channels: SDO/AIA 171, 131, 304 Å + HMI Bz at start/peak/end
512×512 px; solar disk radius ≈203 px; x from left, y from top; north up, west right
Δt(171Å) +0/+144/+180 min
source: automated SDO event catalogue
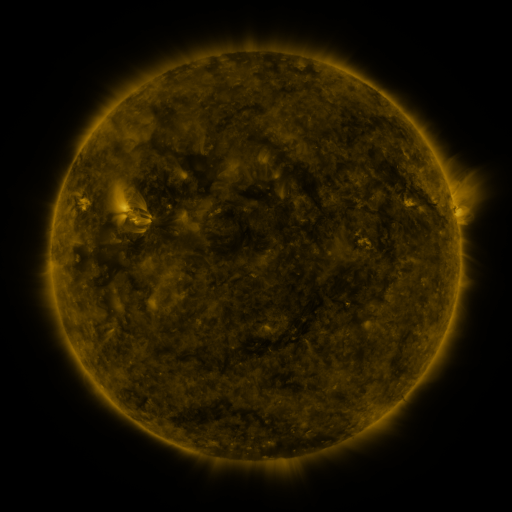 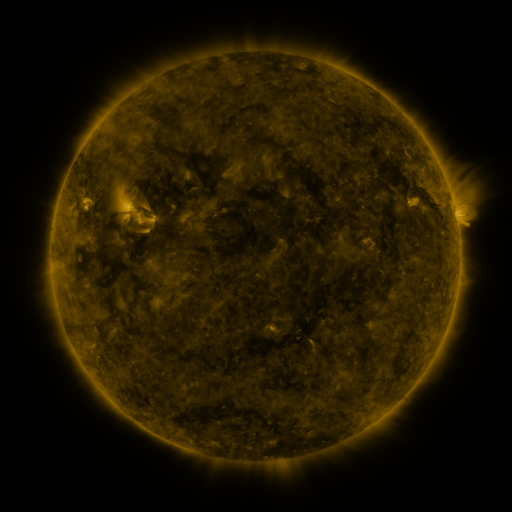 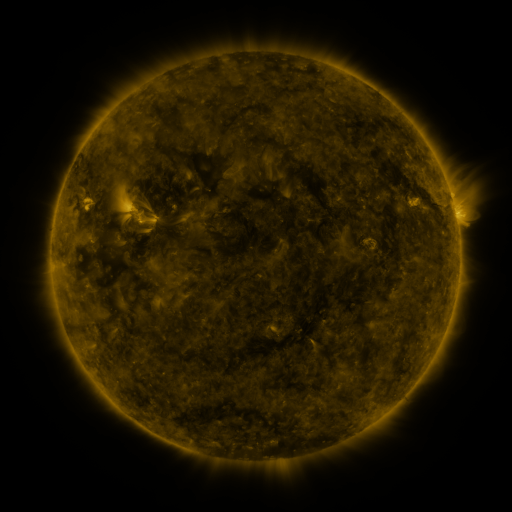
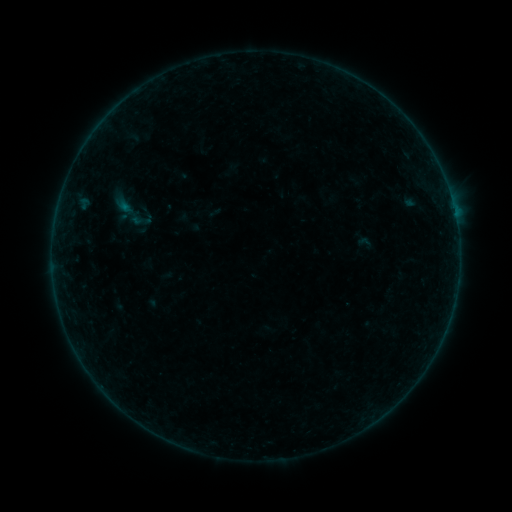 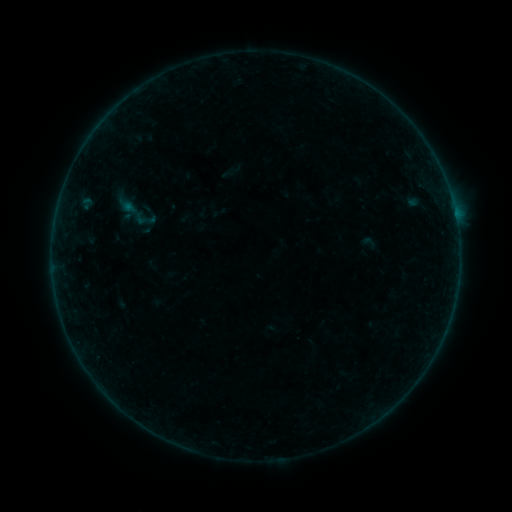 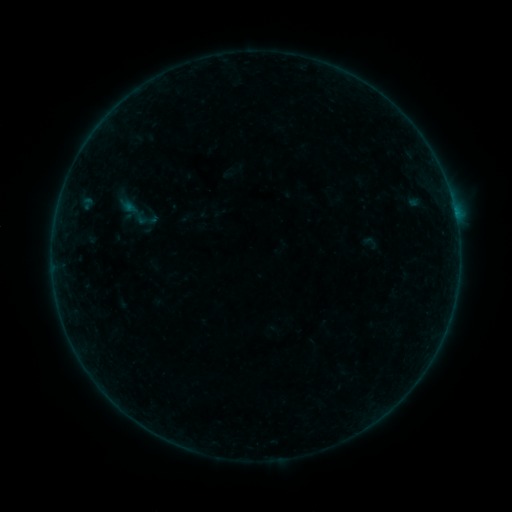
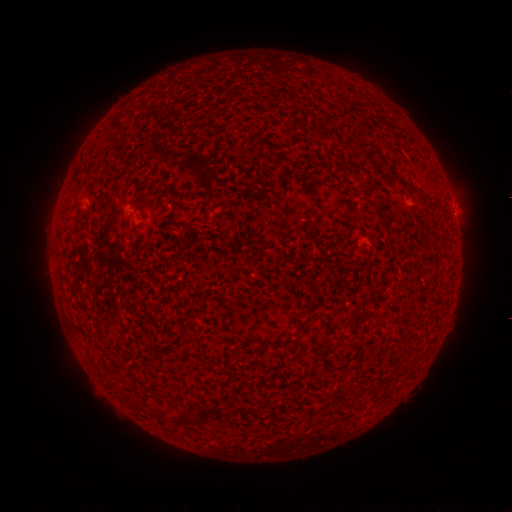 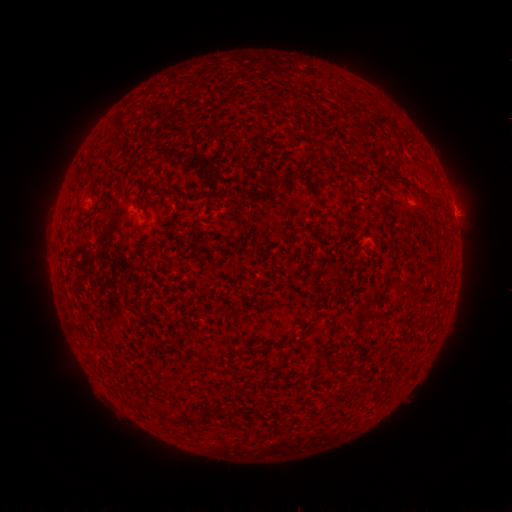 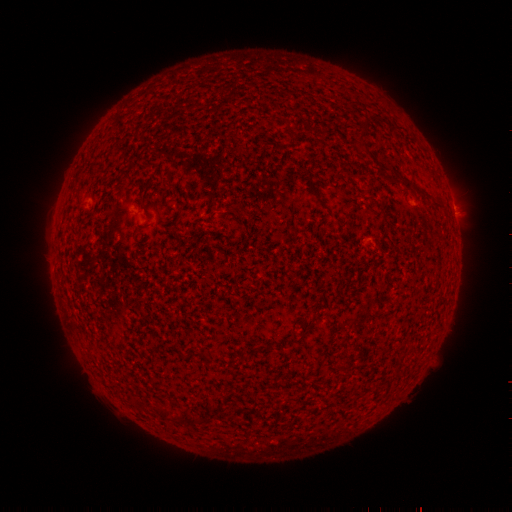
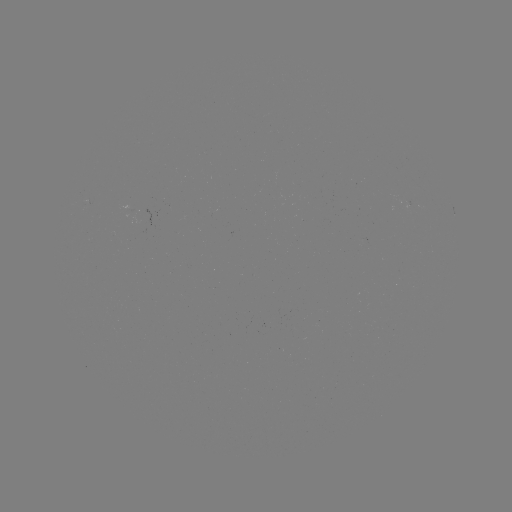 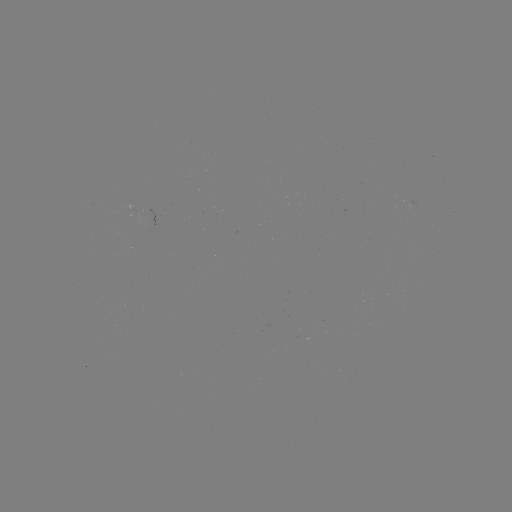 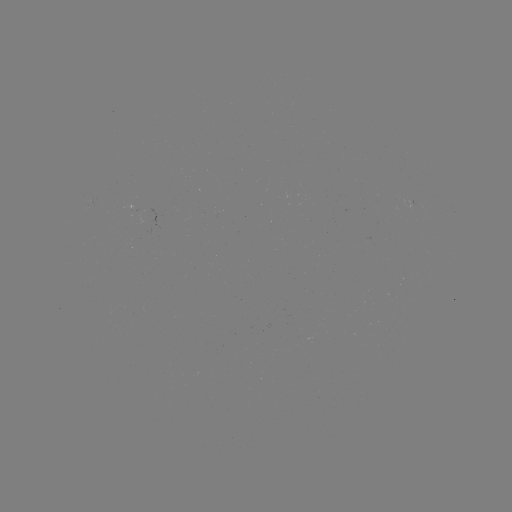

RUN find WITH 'emerging-flux region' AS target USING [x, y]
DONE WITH [148, 214] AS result